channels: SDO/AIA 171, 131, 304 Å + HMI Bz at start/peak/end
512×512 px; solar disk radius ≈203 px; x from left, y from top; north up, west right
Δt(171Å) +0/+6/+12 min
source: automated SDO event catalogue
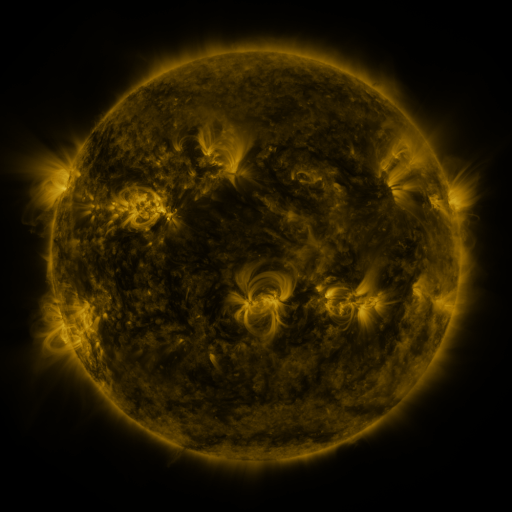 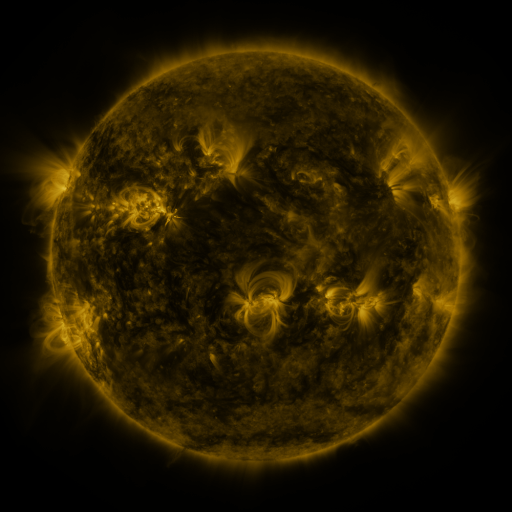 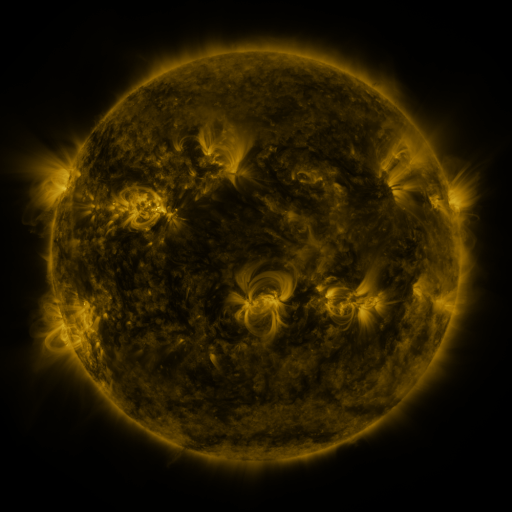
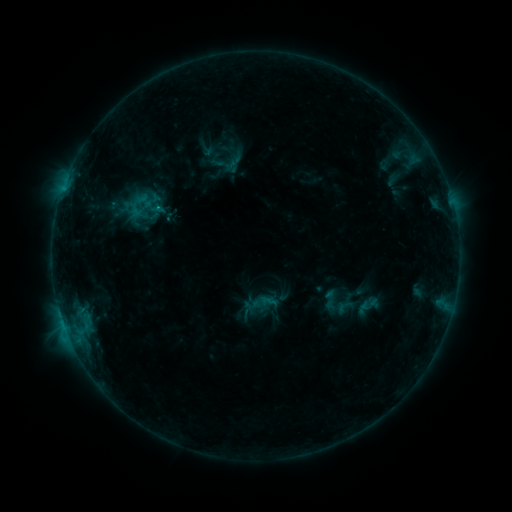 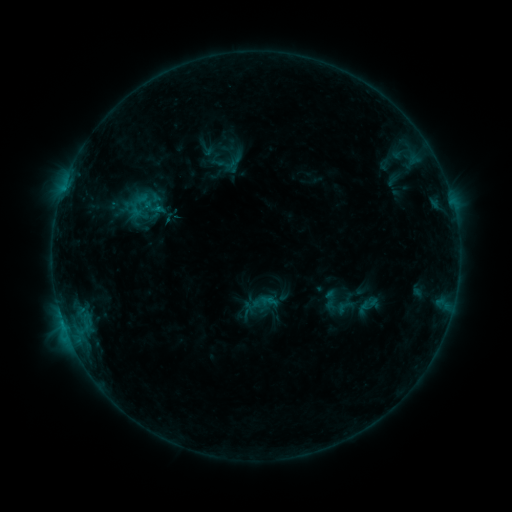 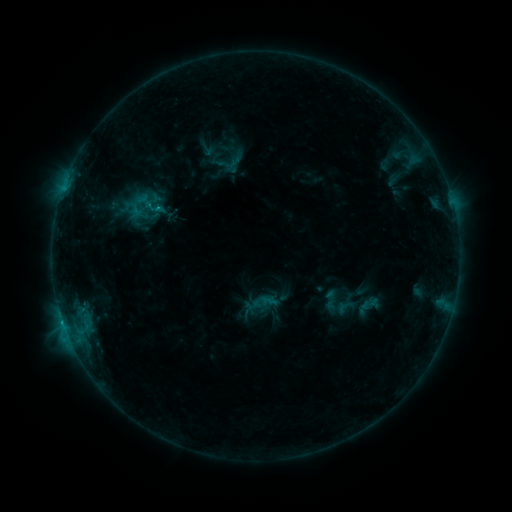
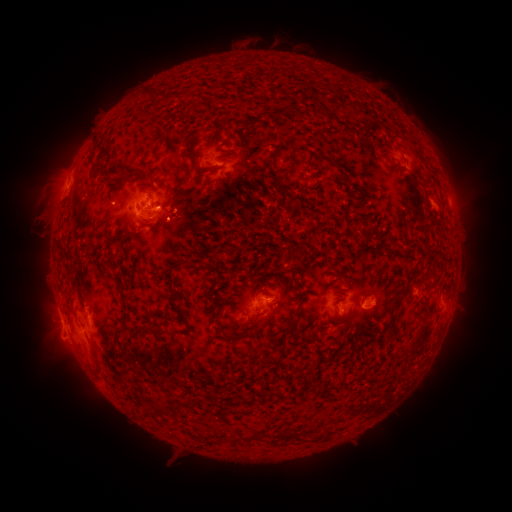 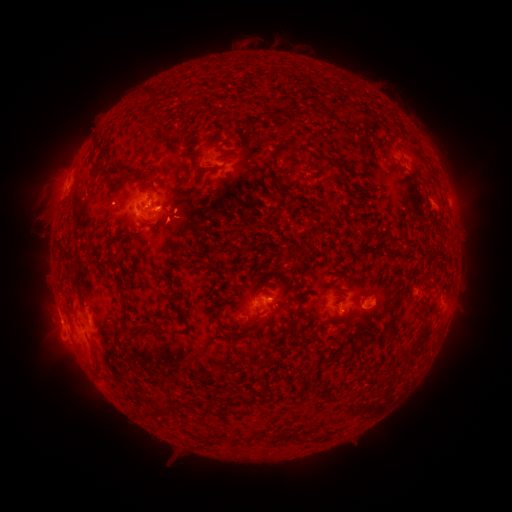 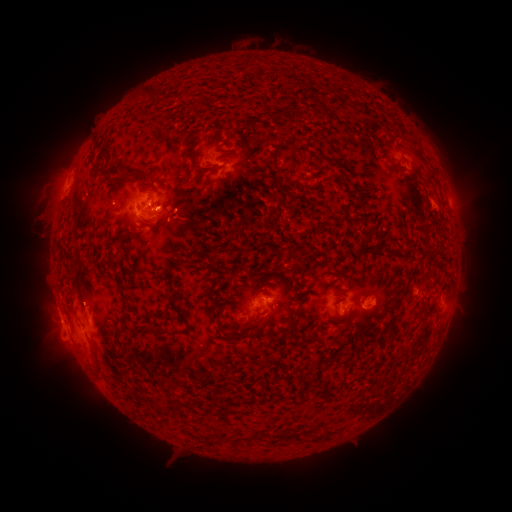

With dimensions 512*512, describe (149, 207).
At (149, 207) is C1.1 flare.